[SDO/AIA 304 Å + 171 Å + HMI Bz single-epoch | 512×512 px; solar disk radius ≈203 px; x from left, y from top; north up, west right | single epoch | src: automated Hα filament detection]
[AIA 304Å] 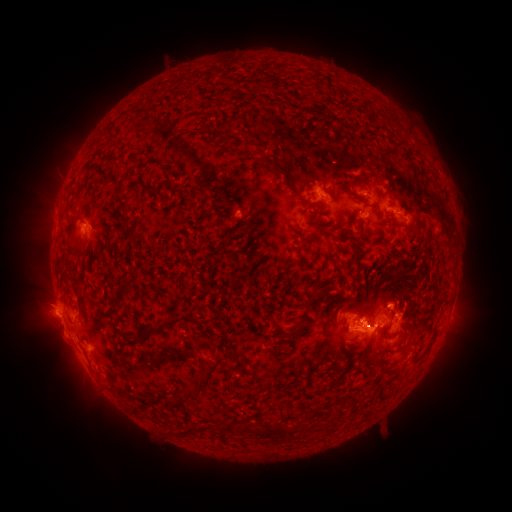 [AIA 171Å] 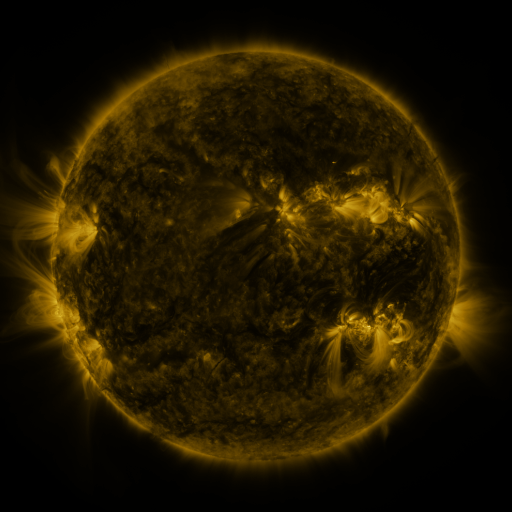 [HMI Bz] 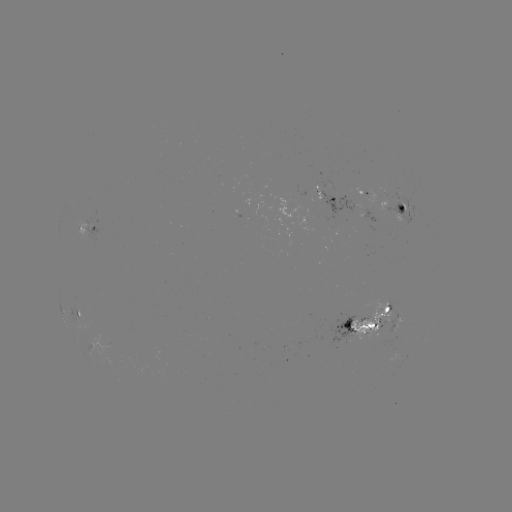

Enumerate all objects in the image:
filament: [257, 155, 282, 175]
filament: [113, 165, 121, 174]
filament: [383, 180, 389, 193]
filament: [142, 185, 168, 198]
filament: [288, 188, 298, 196]
filament: [304, 200, 317, 210]
filament: [118, 204, 135, 220]
filament: [355, 219, 363, 233]
filament: [317, 221, 348, 233]
filament: [214, 222, 225, 229]
filament: [351, 272, 357, 282]
filament: [304, 286, 328, 311]
filament: [358, 304, 367, 314]
filament: [135, 312, 200, 345]
filament: [306, 318, 317, 326]
filament: [344, 319, 352, 328]
filament: [165, 354, 229, 410]
filament: [380, 363, 405, 374]
filament: [133, 406, 144, 417]
filament: [221, 421, 291, 444]
